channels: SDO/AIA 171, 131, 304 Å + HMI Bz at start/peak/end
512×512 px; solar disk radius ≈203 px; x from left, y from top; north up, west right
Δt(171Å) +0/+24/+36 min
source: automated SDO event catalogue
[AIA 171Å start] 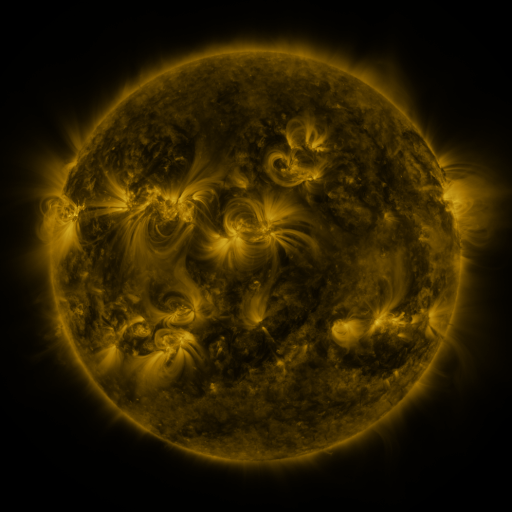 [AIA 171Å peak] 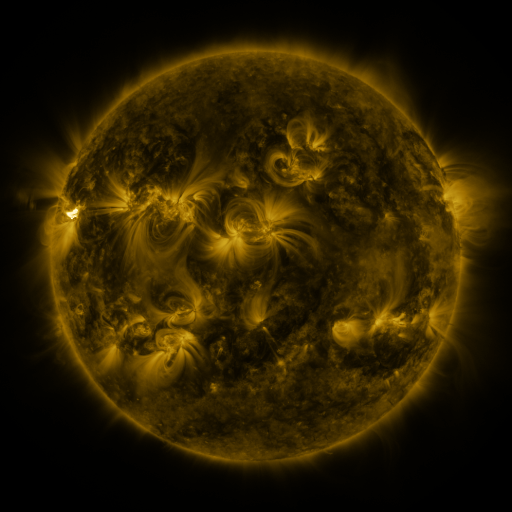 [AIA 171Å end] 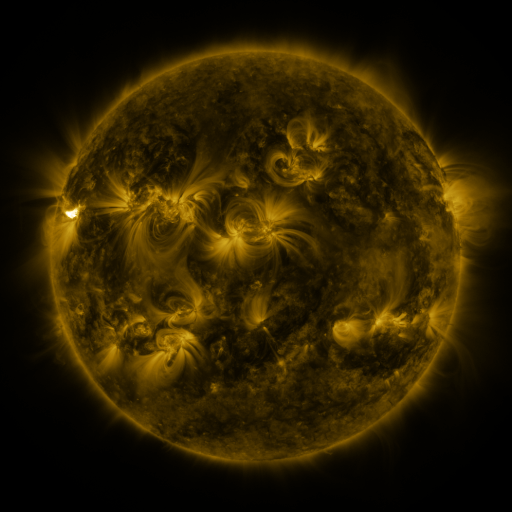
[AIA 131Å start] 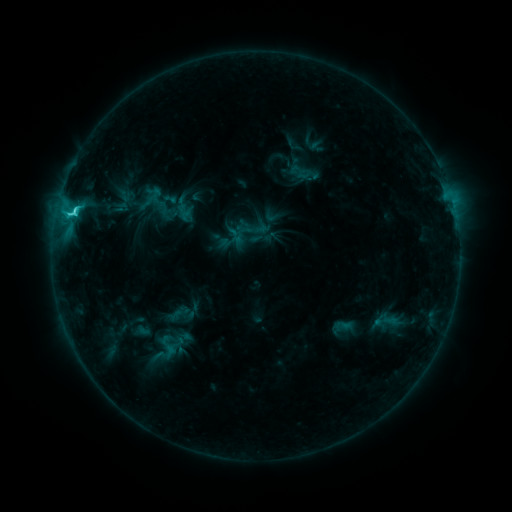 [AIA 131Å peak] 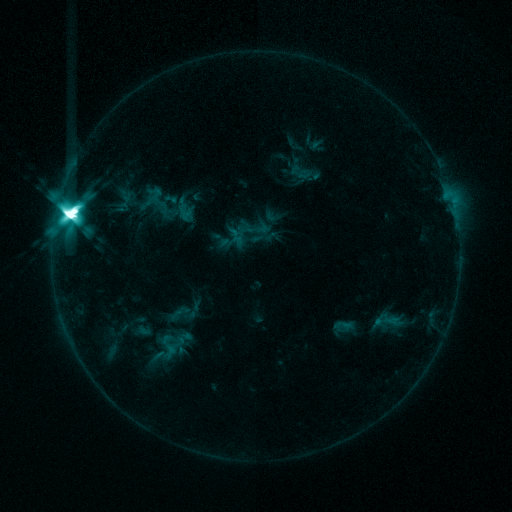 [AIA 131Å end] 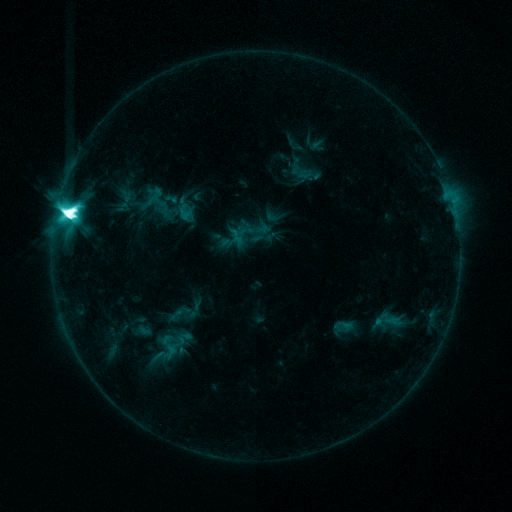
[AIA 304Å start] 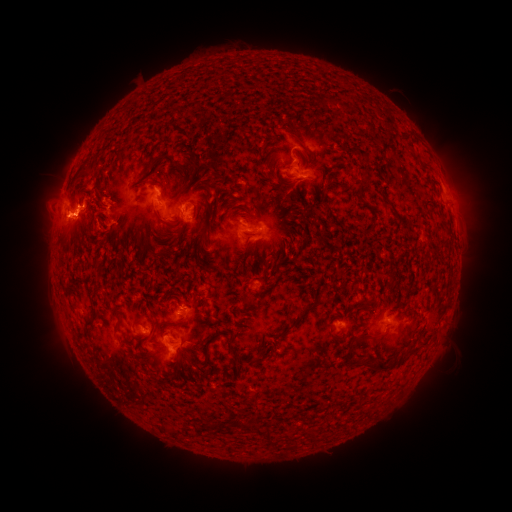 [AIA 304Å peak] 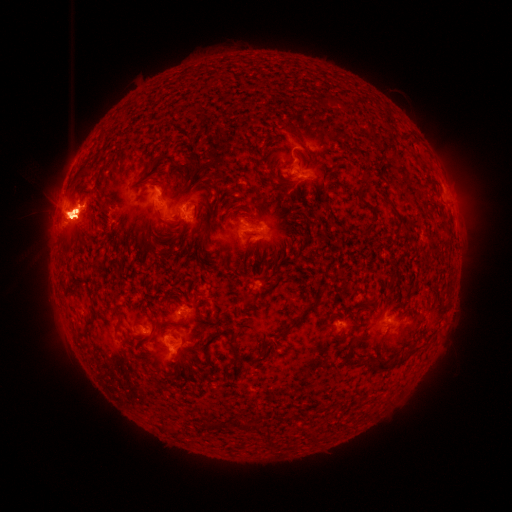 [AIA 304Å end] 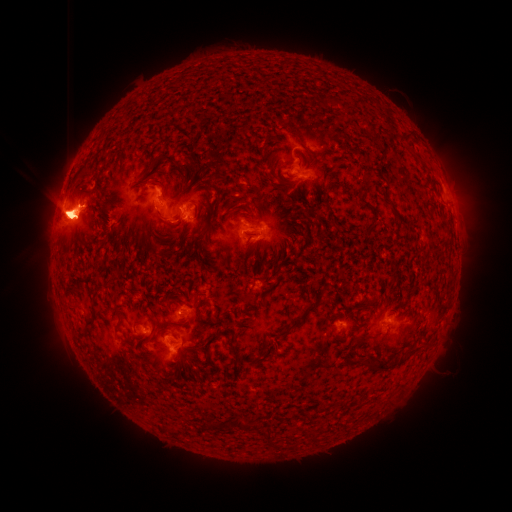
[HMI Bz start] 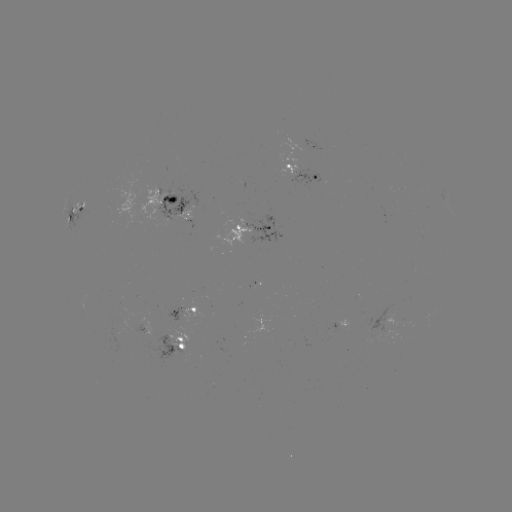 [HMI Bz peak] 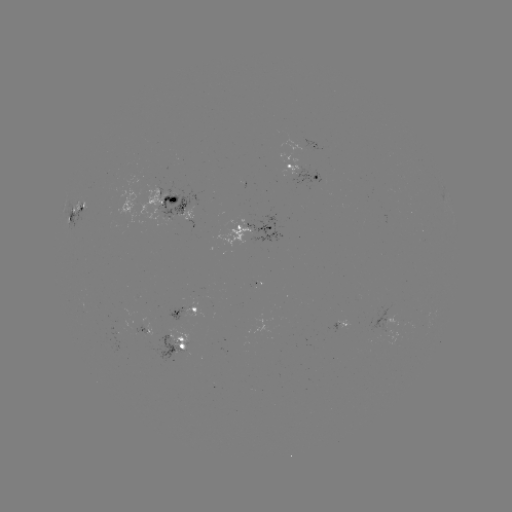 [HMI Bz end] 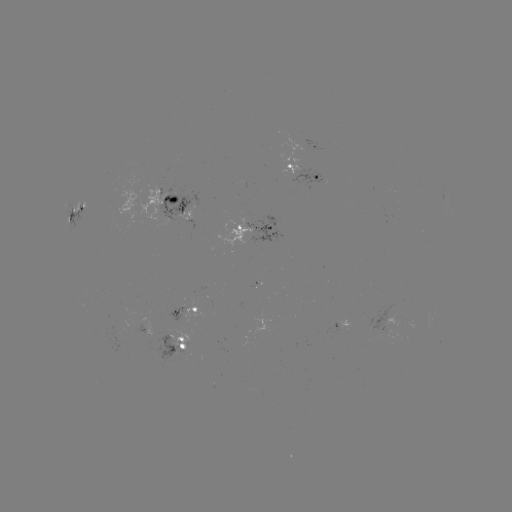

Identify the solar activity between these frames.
X1.2 flare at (70, 217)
